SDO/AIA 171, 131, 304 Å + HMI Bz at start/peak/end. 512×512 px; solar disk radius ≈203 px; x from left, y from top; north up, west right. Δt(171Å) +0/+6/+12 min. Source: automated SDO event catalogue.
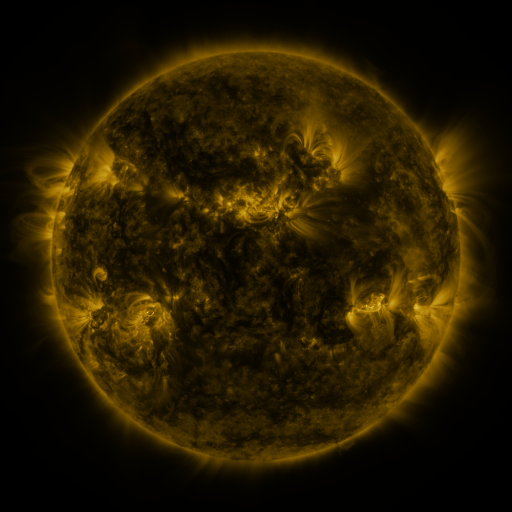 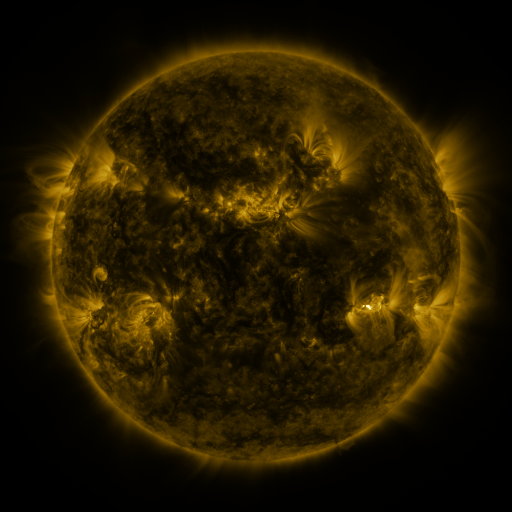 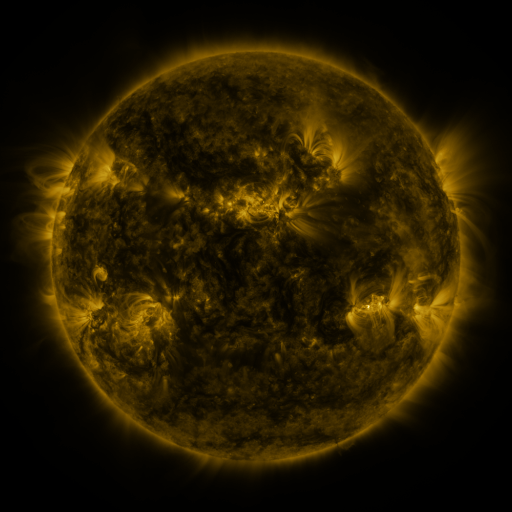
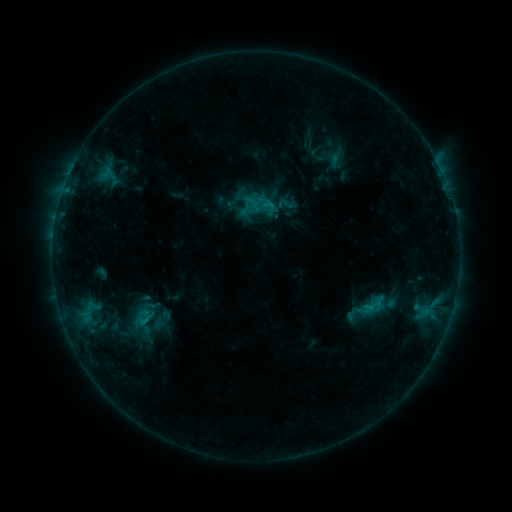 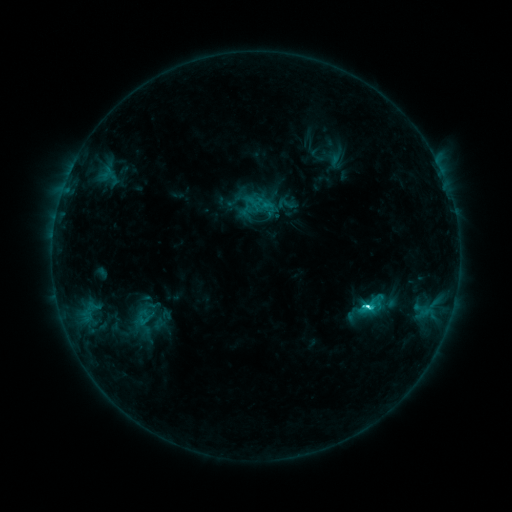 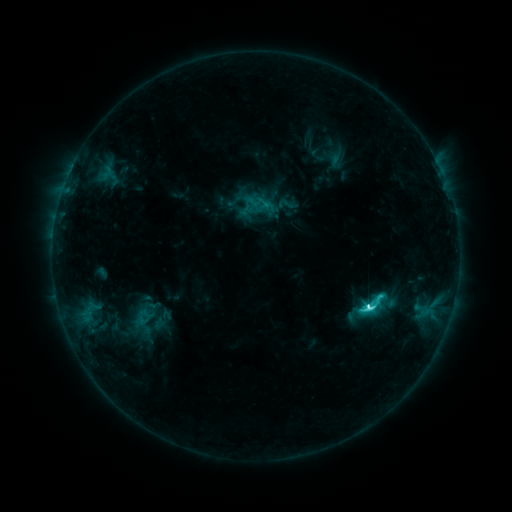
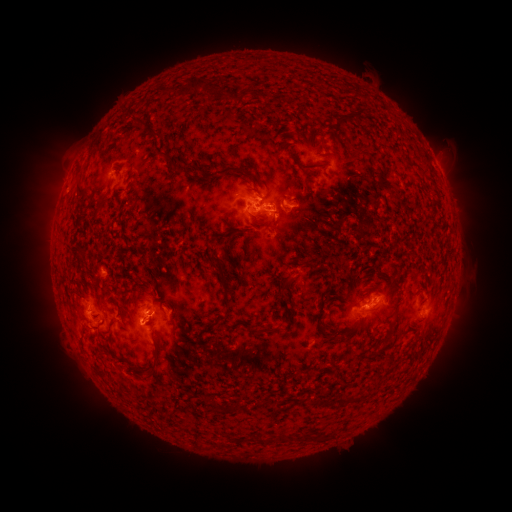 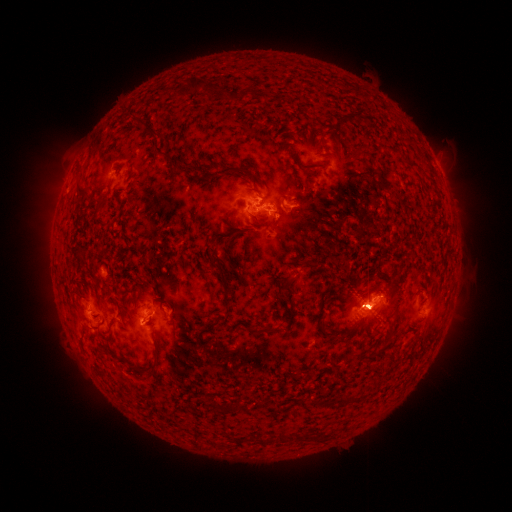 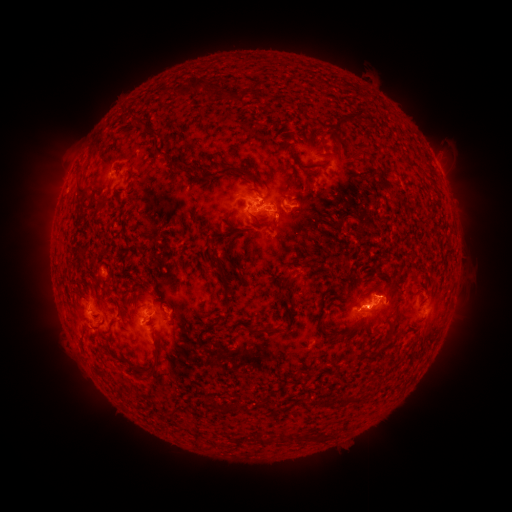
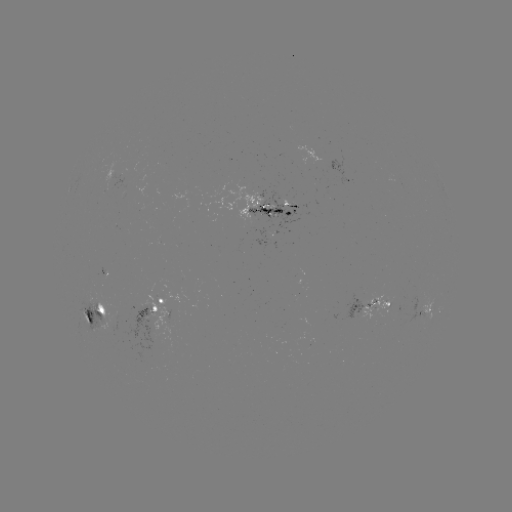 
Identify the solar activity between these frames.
C9.6 flare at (367, 307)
